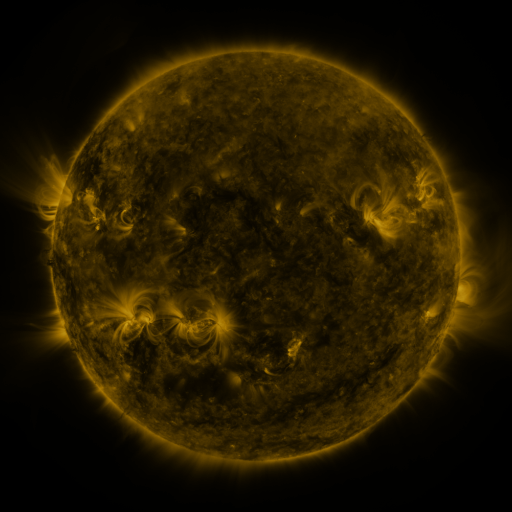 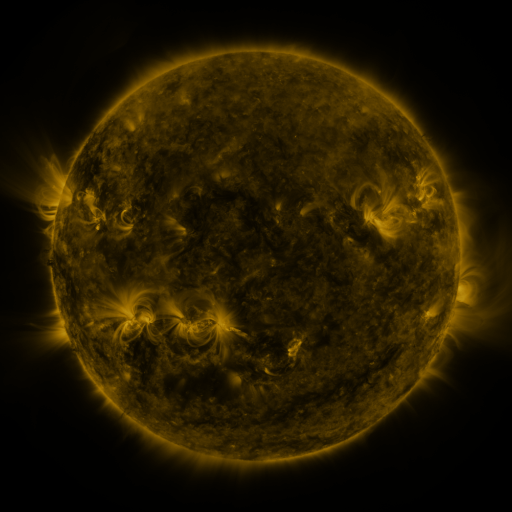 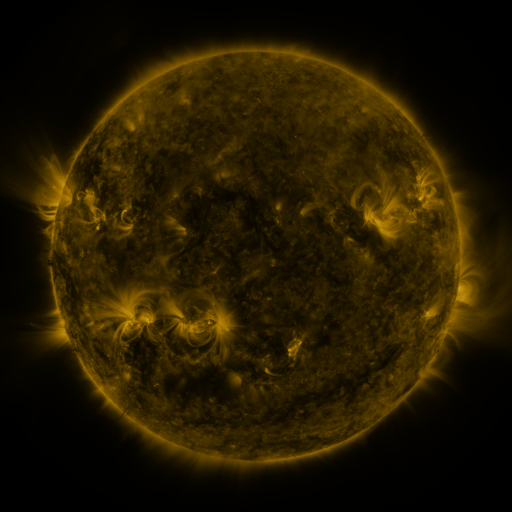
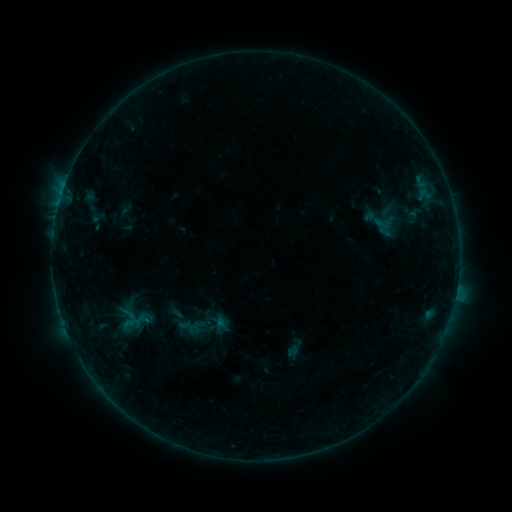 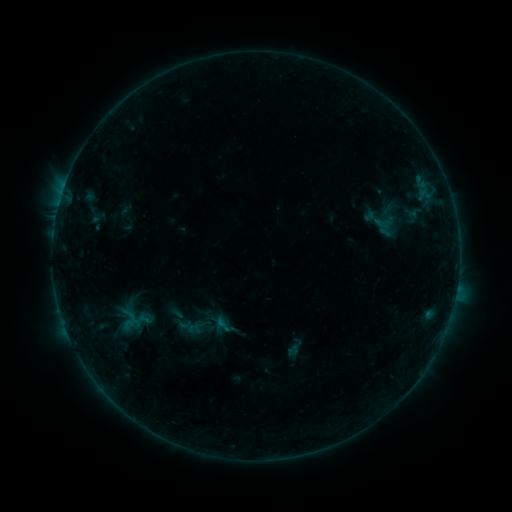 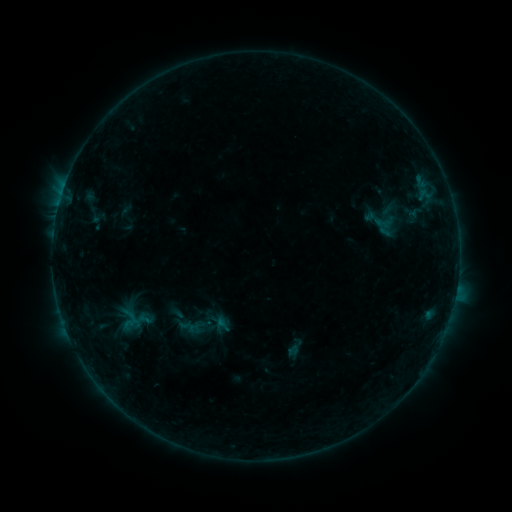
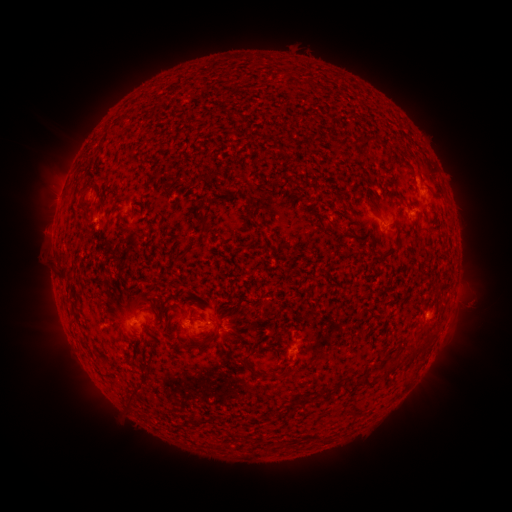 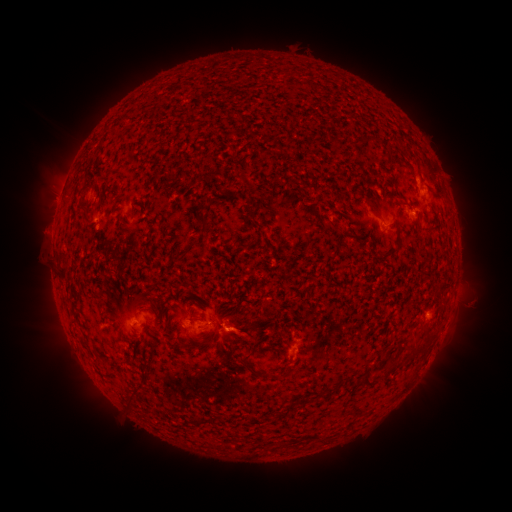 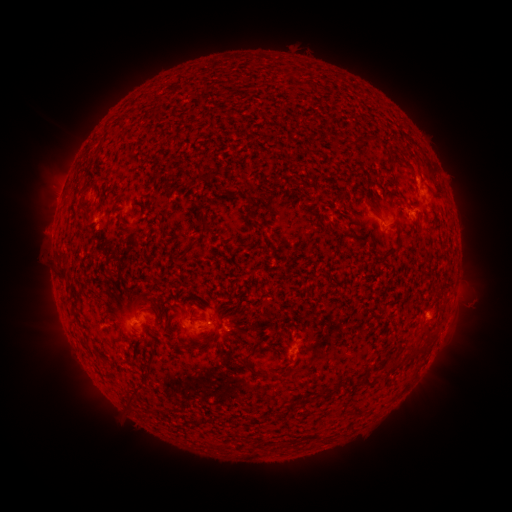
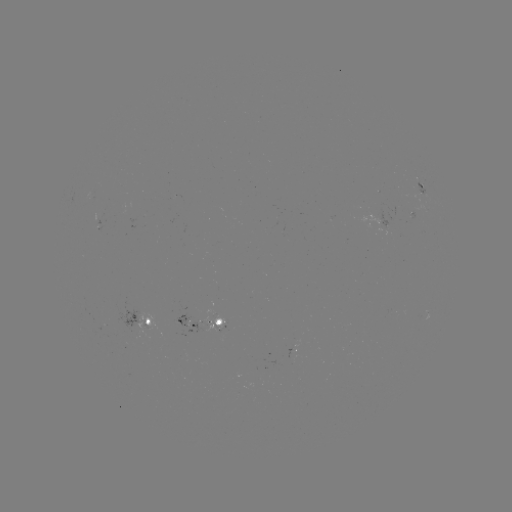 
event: eruption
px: (243, 332)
